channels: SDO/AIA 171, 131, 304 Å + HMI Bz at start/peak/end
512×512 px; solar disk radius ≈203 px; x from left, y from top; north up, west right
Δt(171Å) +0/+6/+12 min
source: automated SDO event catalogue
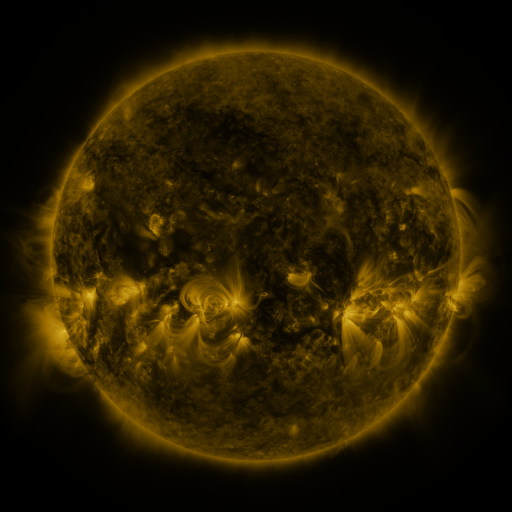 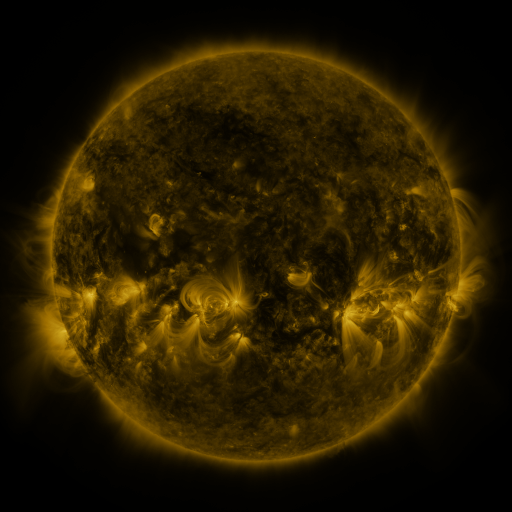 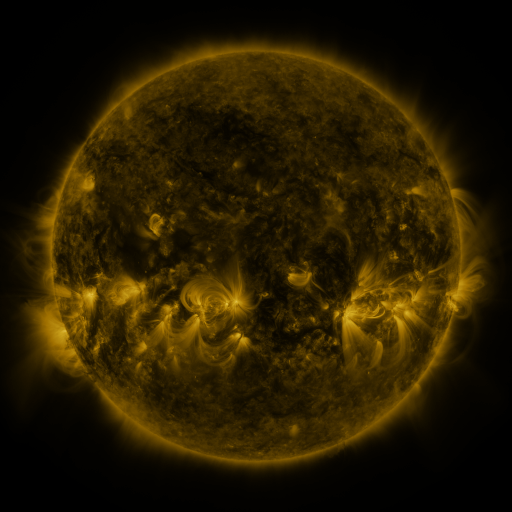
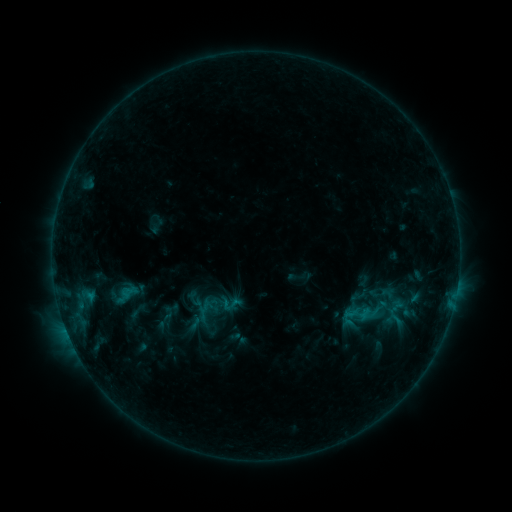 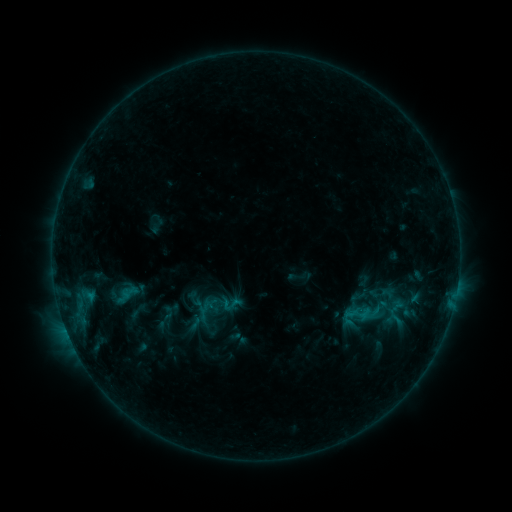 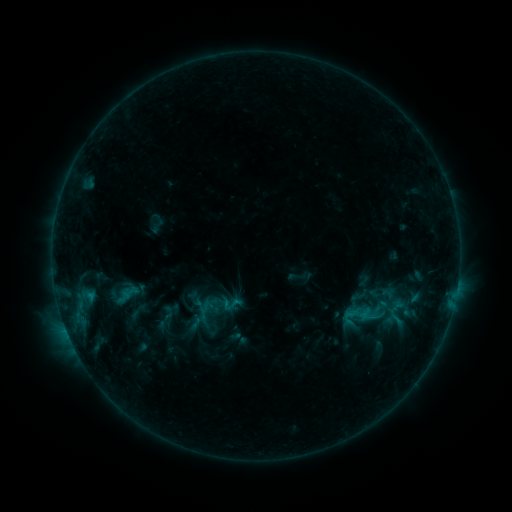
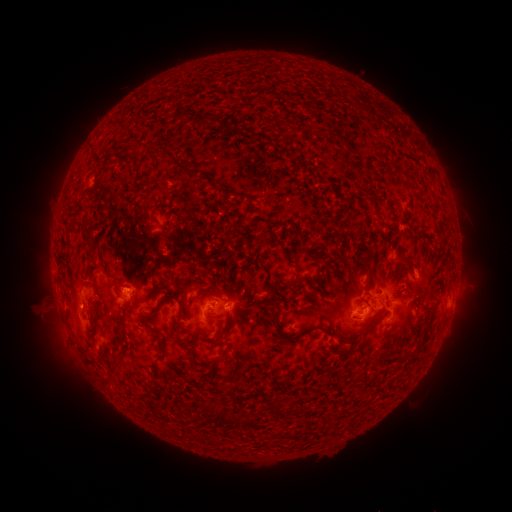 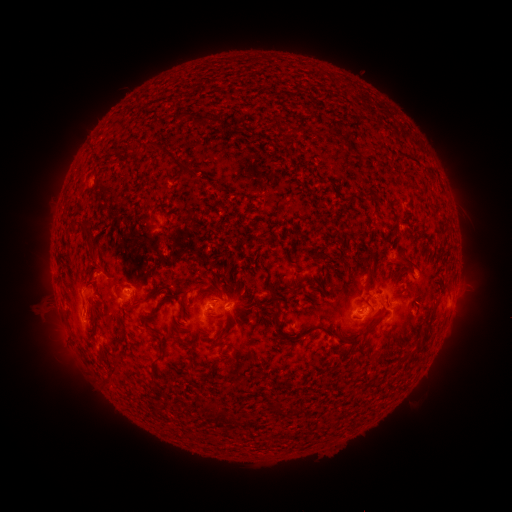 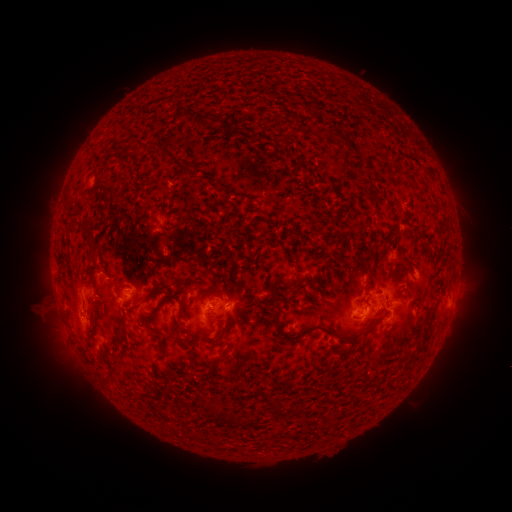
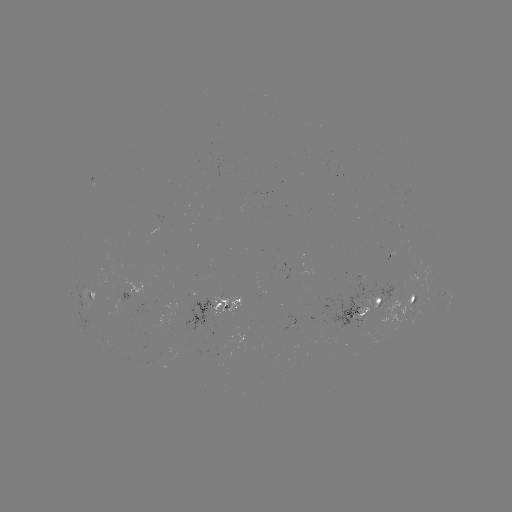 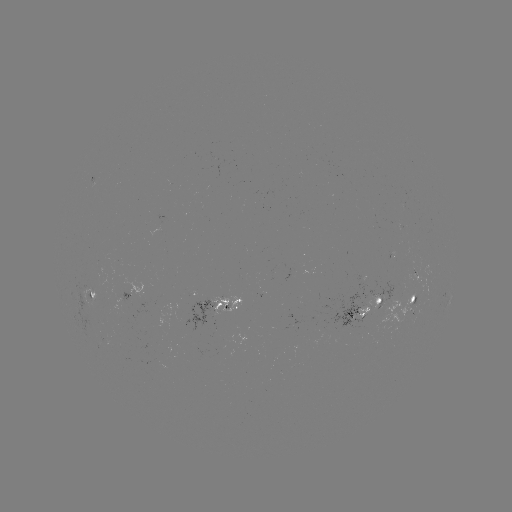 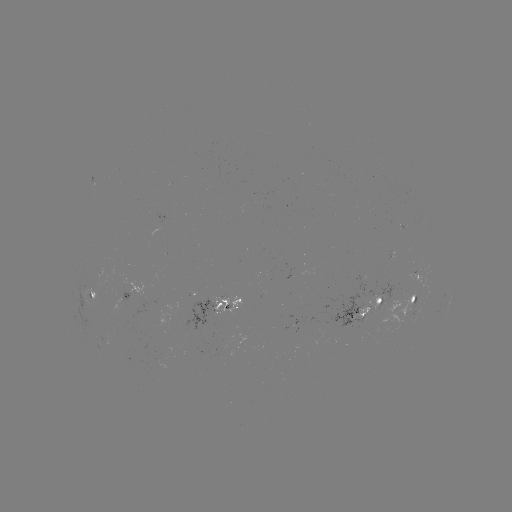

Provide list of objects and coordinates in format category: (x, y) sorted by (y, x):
eruption: (82, 317)
